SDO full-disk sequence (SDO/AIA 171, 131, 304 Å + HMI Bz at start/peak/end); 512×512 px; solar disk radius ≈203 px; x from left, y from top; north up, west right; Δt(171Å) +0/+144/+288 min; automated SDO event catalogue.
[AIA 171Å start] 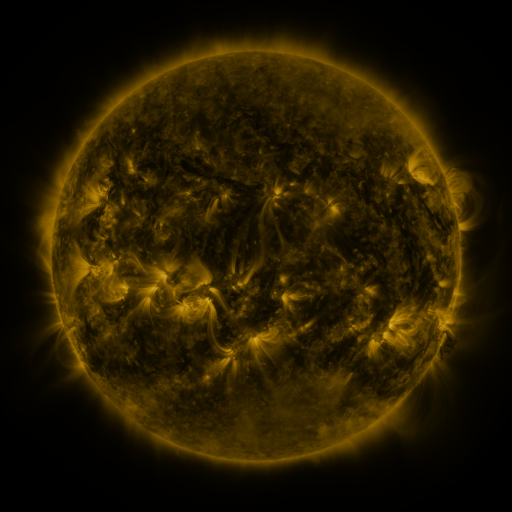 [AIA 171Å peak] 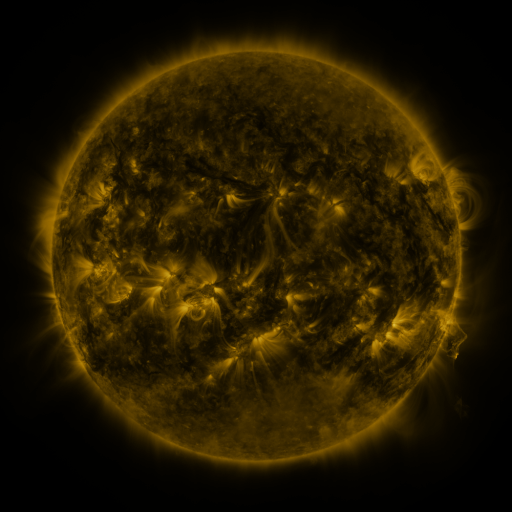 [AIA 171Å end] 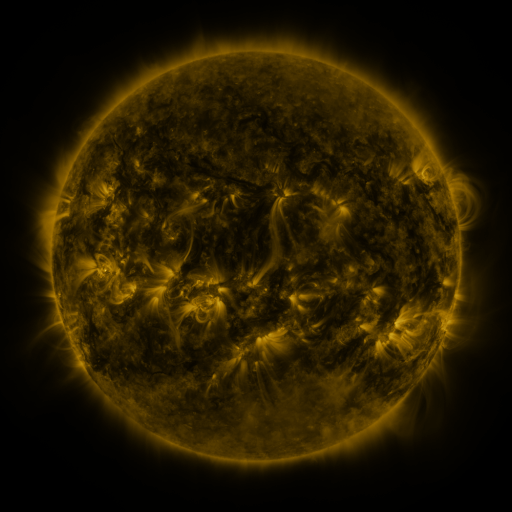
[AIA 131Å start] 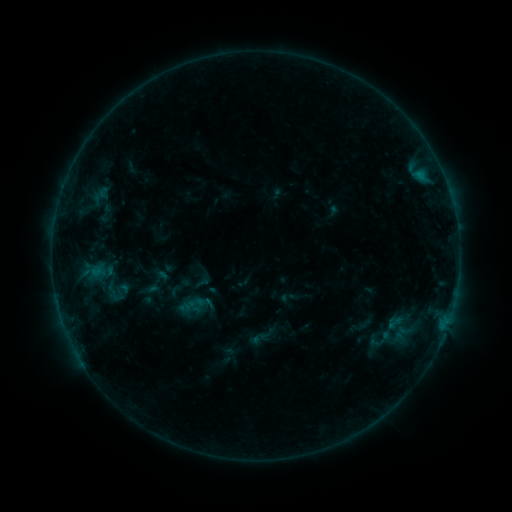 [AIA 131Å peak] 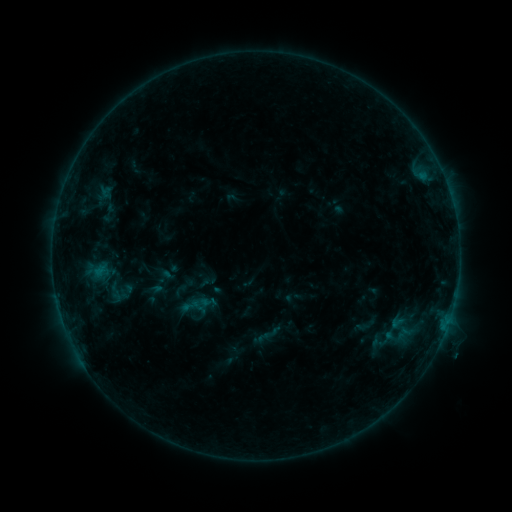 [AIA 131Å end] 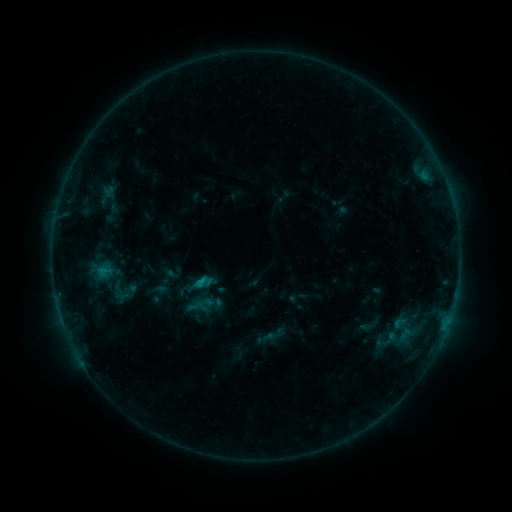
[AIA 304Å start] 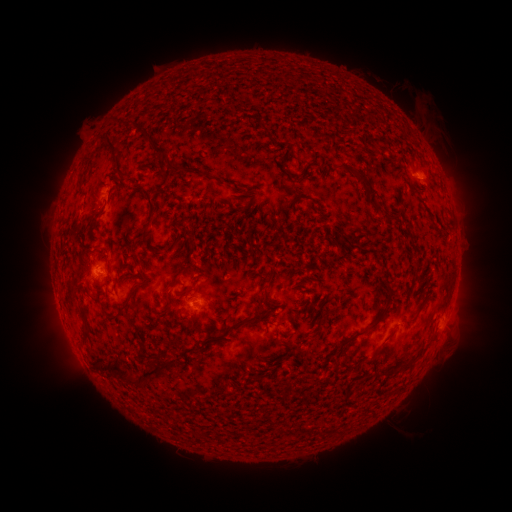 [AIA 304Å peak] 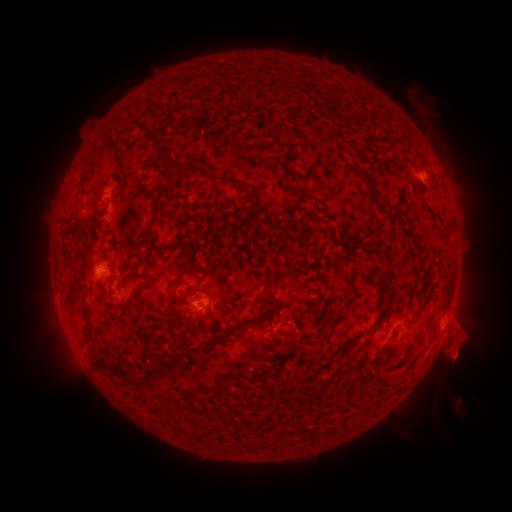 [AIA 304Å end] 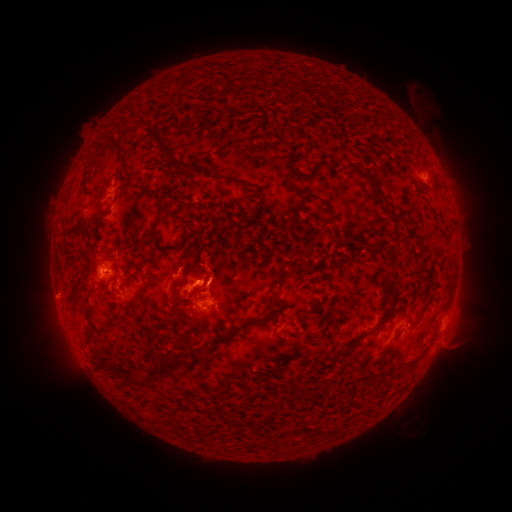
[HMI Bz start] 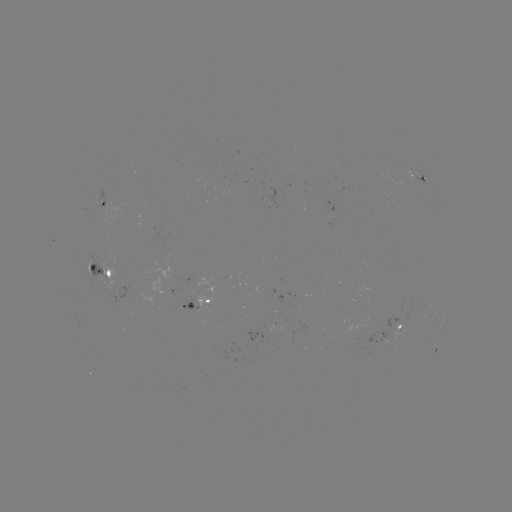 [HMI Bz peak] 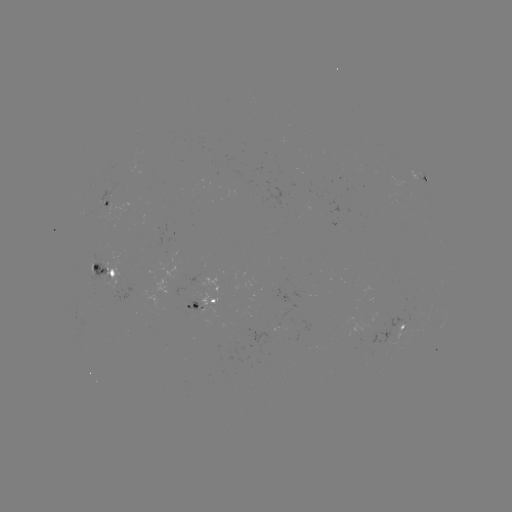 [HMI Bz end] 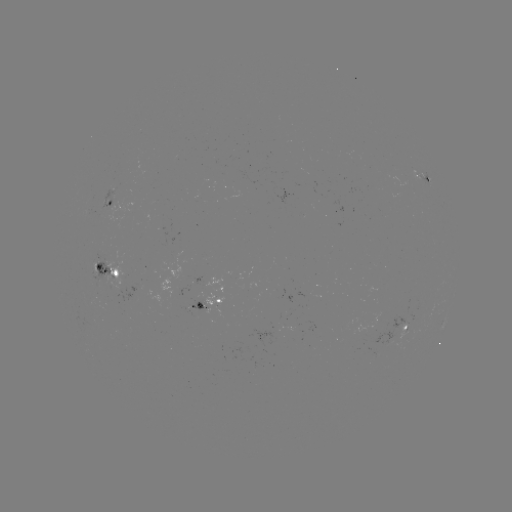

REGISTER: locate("filament eruption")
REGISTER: [433, 386]